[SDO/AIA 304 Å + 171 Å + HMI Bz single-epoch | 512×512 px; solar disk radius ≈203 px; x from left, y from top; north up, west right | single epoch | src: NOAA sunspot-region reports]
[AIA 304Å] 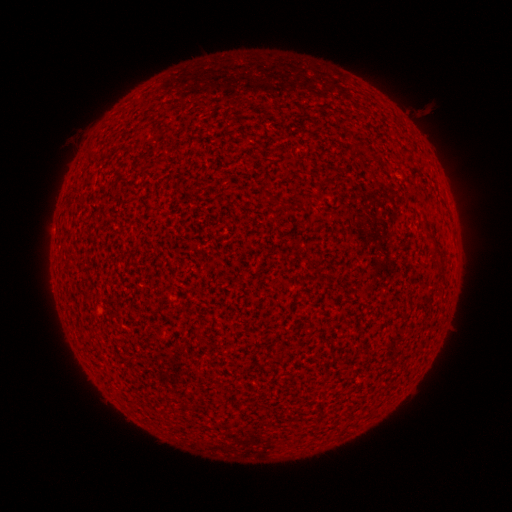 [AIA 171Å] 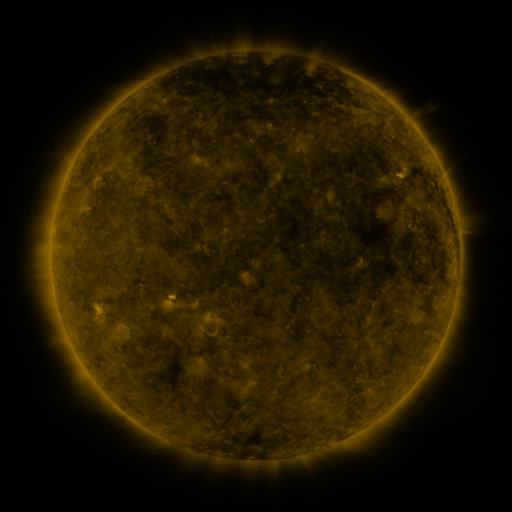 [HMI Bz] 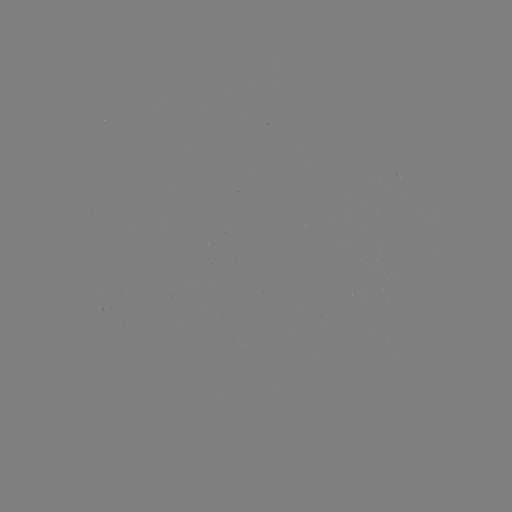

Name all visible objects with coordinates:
(none)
